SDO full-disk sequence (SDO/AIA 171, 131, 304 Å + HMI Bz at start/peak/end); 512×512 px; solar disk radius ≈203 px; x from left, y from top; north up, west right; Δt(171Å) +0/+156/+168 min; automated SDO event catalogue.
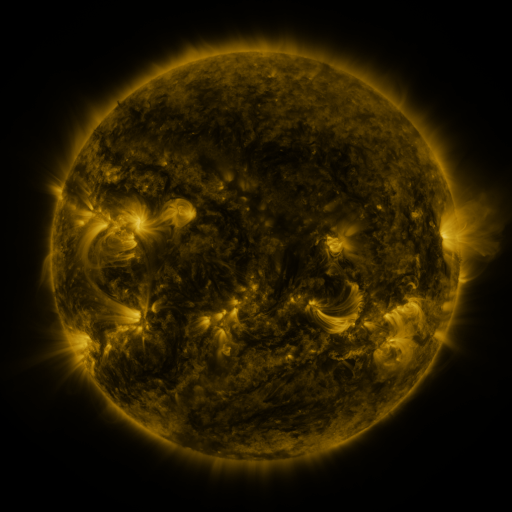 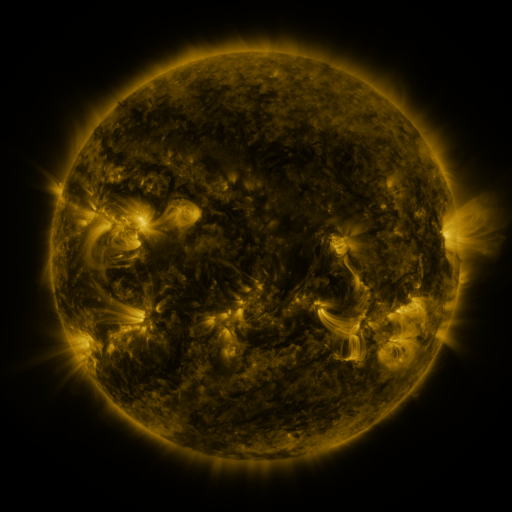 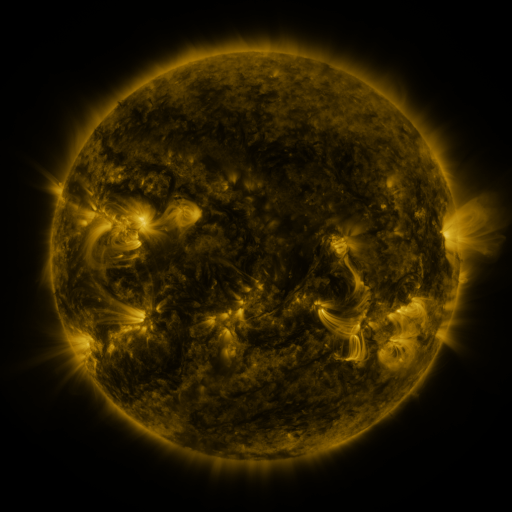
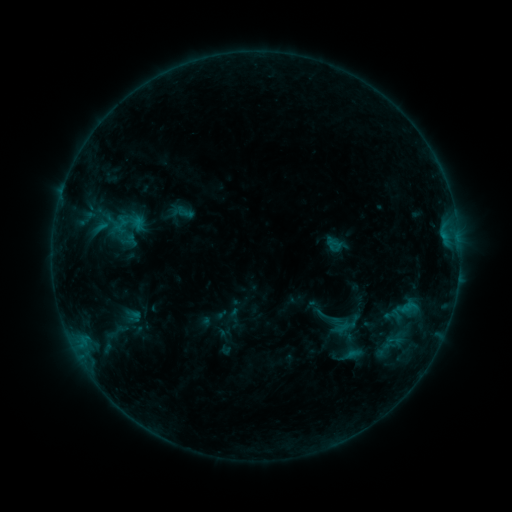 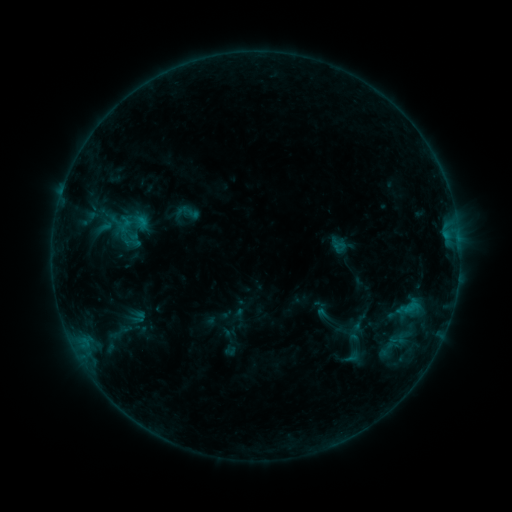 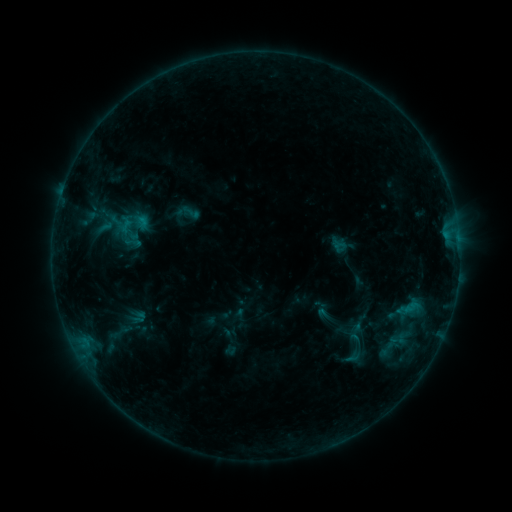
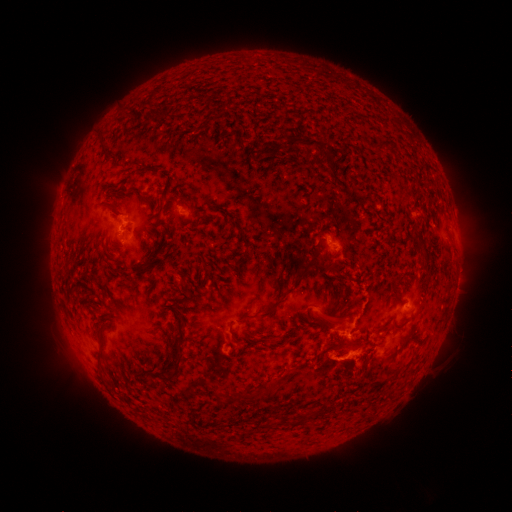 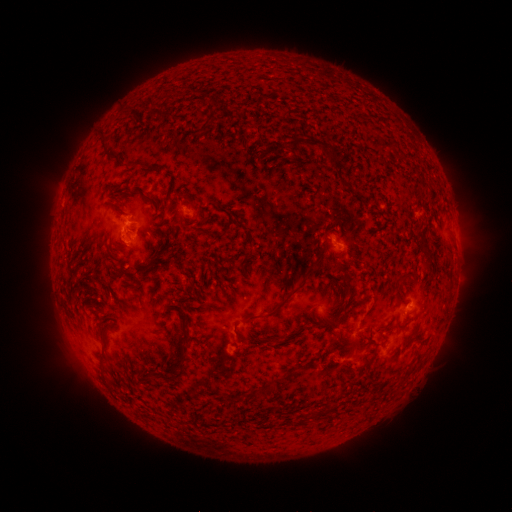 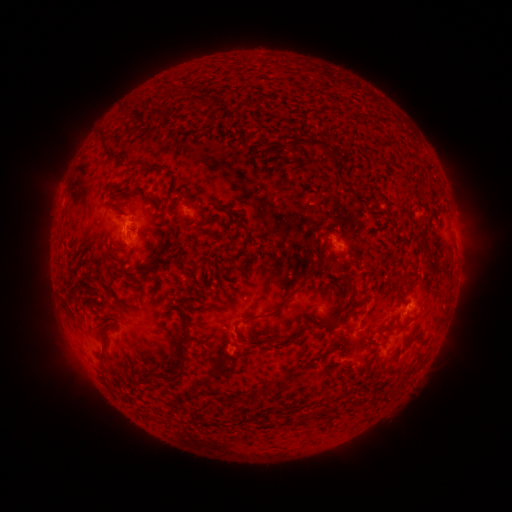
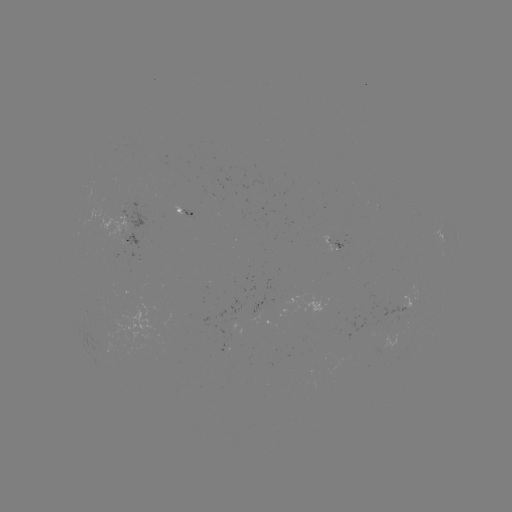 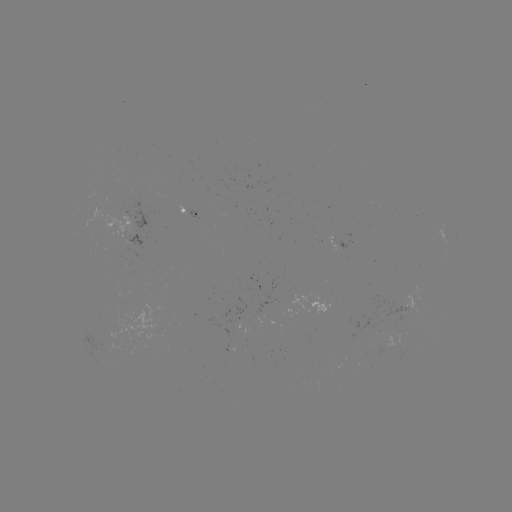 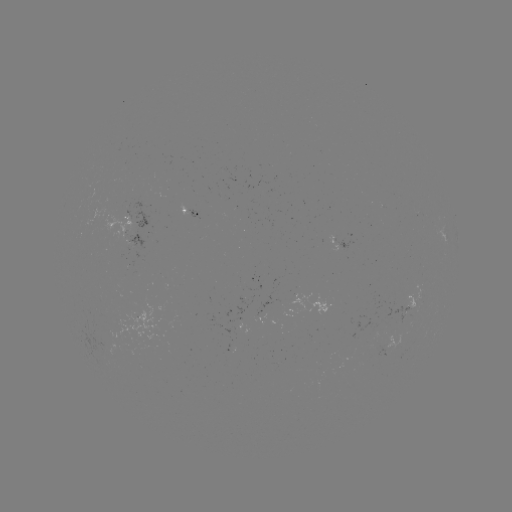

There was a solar emerging-flux region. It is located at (402, 315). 